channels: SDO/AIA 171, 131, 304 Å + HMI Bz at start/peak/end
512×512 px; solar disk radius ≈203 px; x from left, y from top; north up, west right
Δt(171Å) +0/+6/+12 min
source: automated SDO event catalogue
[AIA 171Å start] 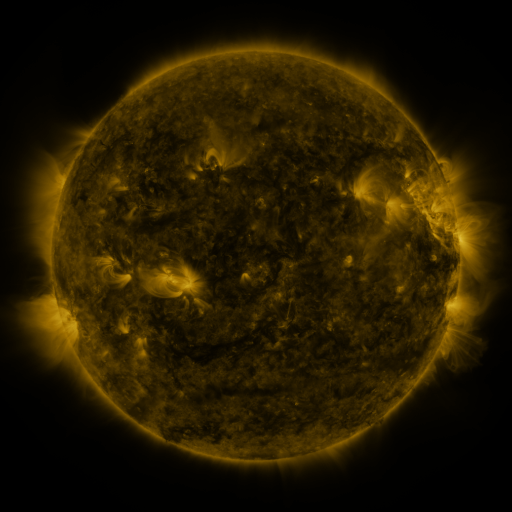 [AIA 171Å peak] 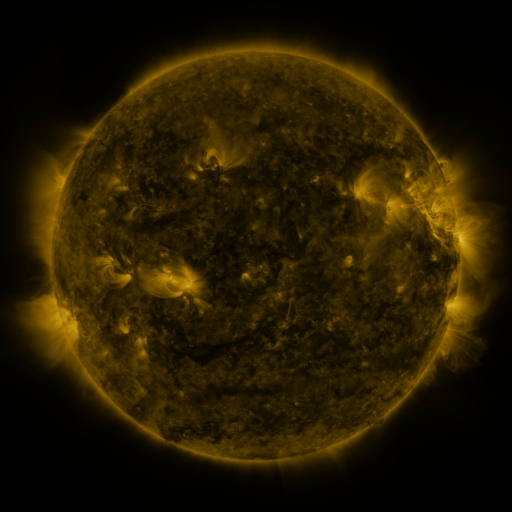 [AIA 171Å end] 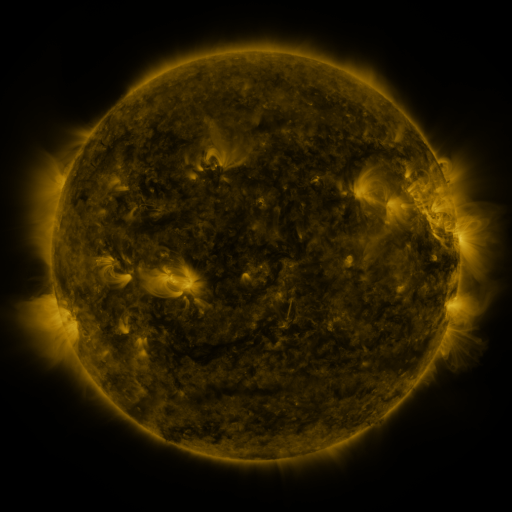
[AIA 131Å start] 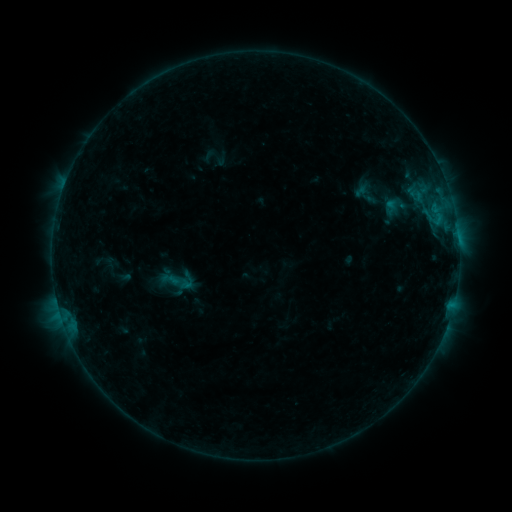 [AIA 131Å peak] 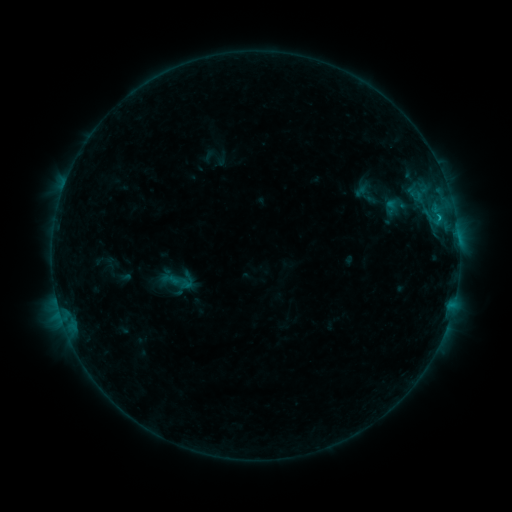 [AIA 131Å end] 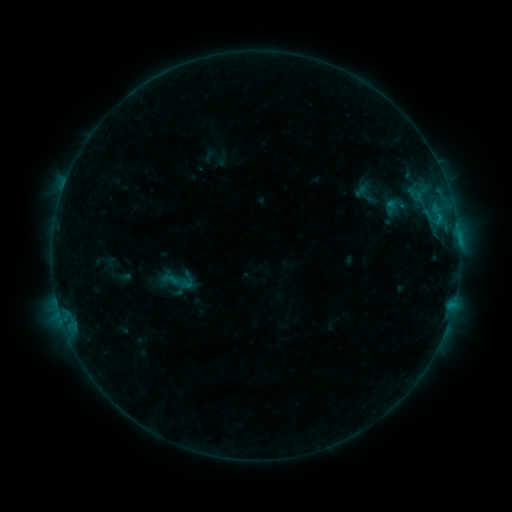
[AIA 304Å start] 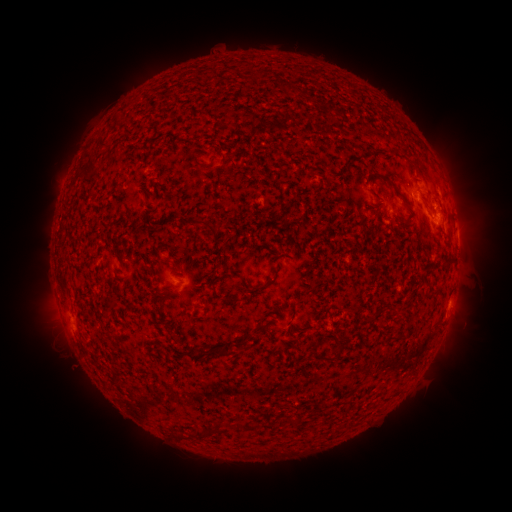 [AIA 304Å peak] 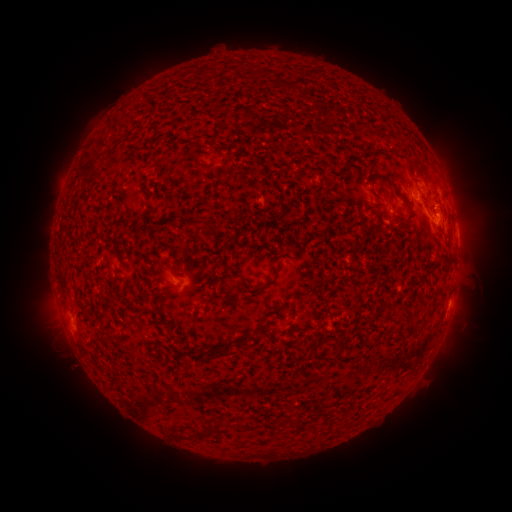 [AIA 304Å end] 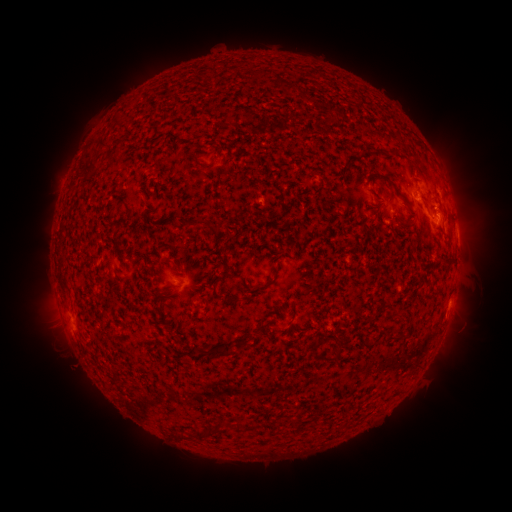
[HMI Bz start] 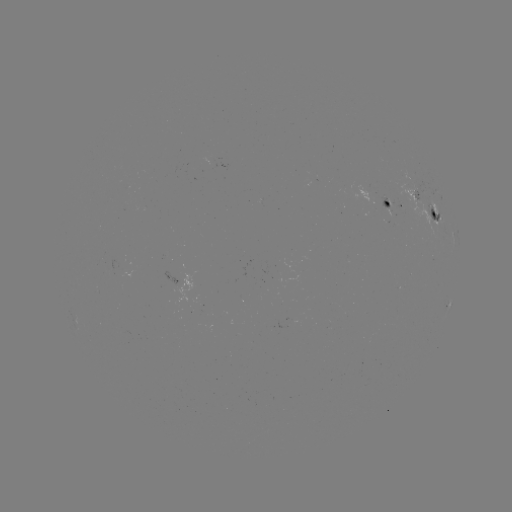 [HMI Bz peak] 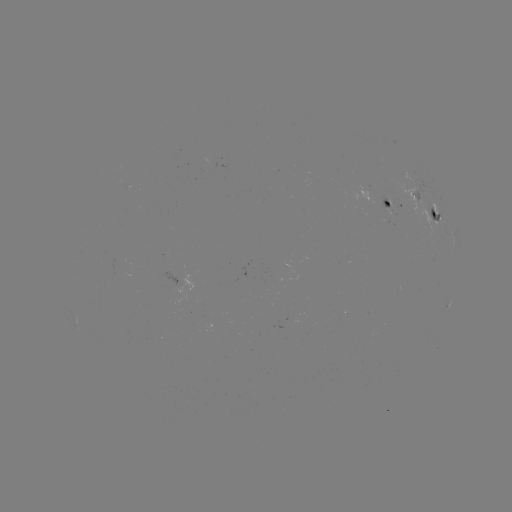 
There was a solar flare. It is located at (439, 220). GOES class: B4.5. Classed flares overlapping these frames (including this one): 1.